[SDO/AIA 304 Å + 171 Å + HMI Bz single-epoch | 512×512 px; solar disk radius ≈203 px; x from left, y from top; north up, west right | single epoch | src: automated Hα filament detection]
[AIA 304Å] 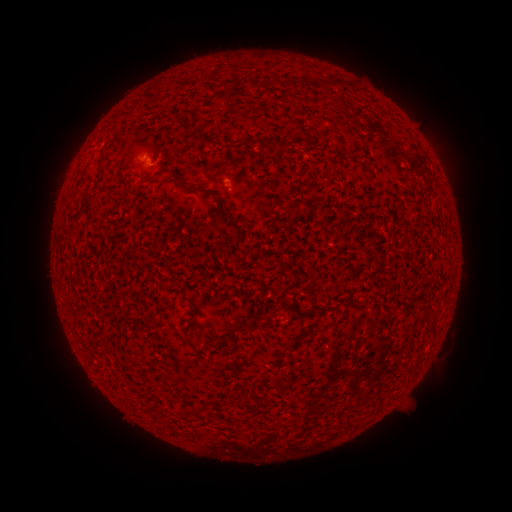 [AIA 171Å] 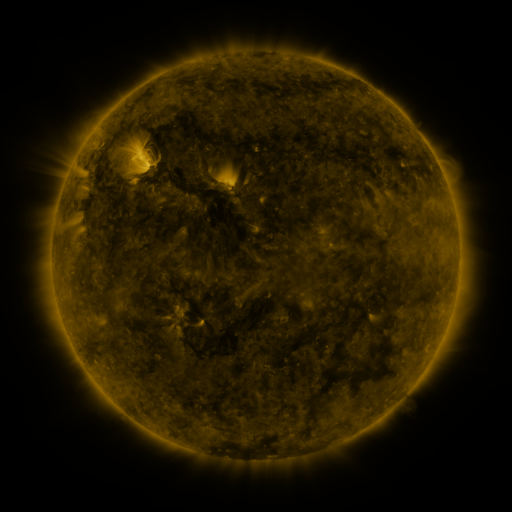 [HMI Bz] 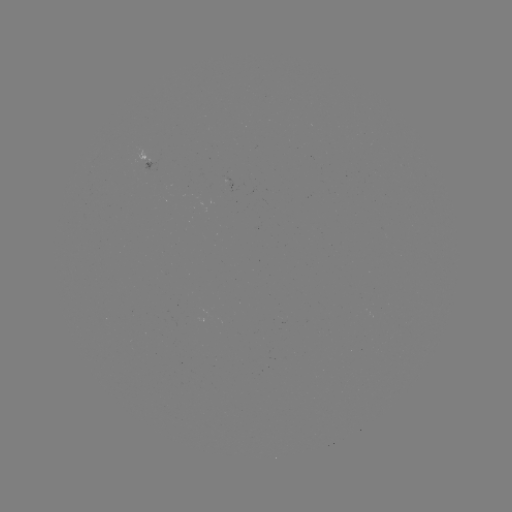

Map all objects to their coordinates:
filament: (319, 79, 331, 89)
filament: (192, 135, 211, 147)
filament: (265, 136, 276, 148)
filament: (152, 139, 159, 149)
filament: (98, 160, 109, 172)
filament: (167, 166, 184, 184)
filament: (150, 173, 161, 183)
filament: (209, 188, 234, 221)
filament: (337, 315, 347, 323)
filament: (234, 322, 251, 330)
